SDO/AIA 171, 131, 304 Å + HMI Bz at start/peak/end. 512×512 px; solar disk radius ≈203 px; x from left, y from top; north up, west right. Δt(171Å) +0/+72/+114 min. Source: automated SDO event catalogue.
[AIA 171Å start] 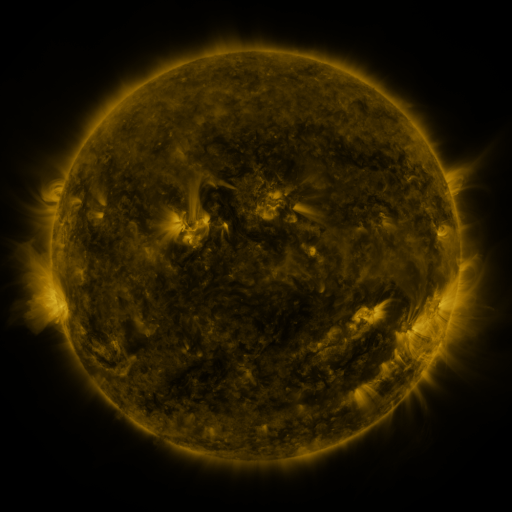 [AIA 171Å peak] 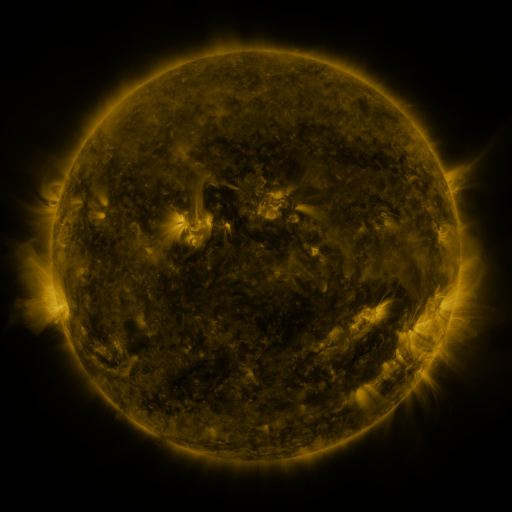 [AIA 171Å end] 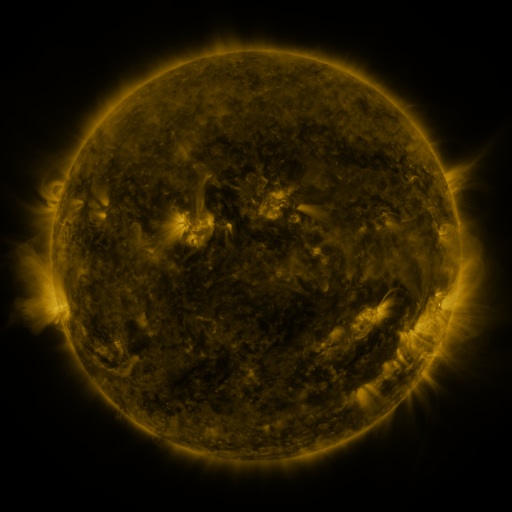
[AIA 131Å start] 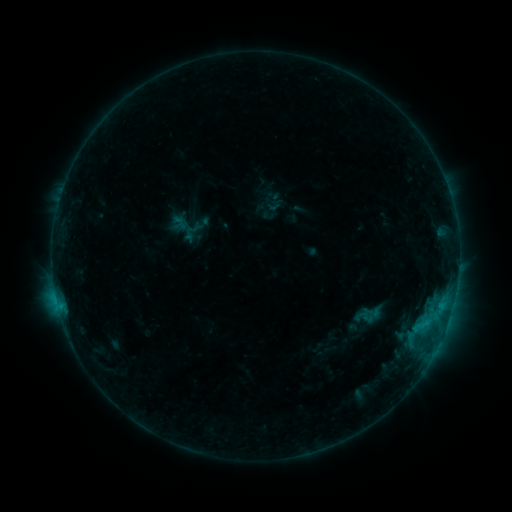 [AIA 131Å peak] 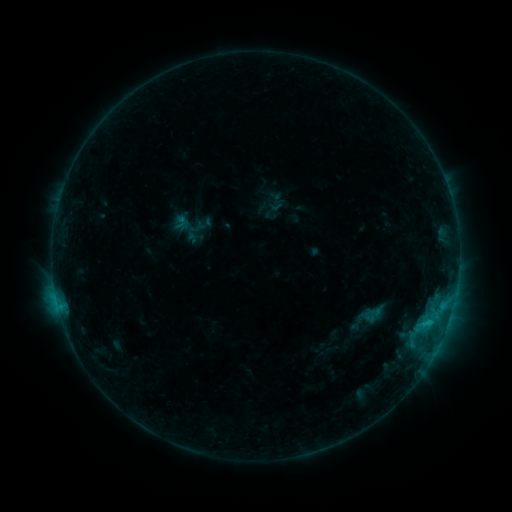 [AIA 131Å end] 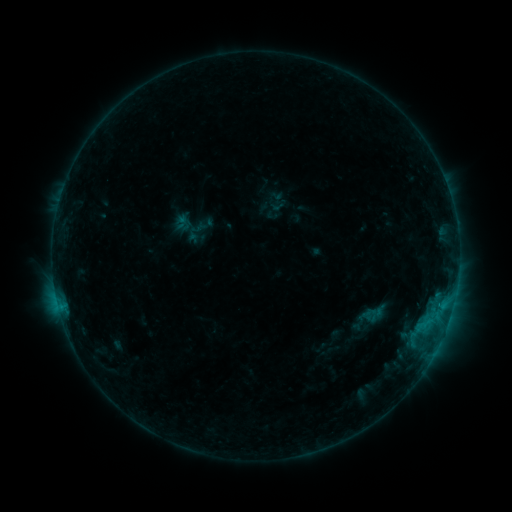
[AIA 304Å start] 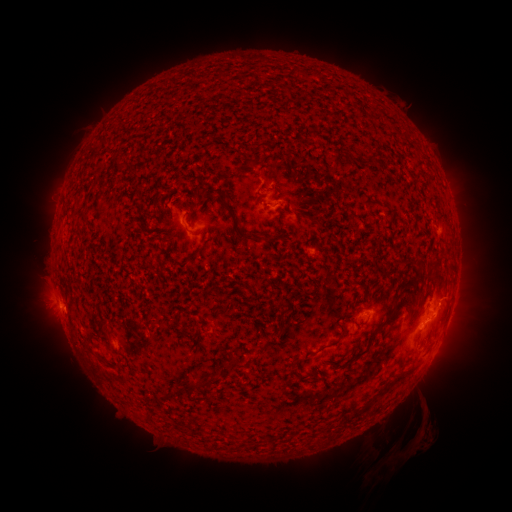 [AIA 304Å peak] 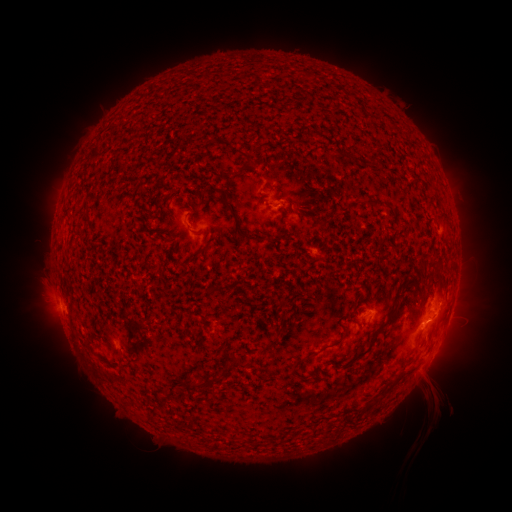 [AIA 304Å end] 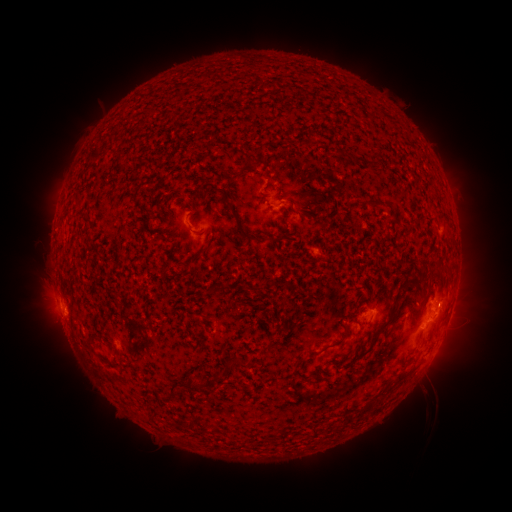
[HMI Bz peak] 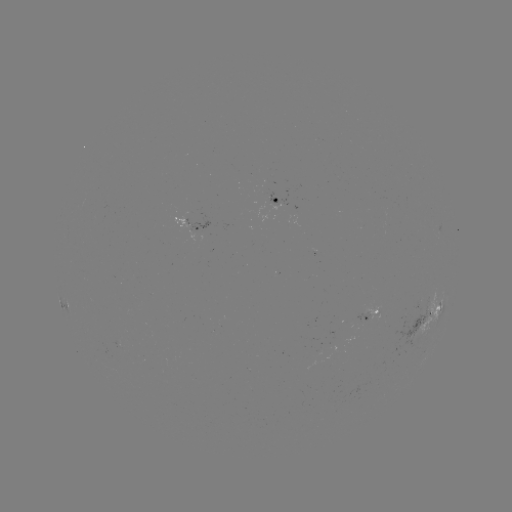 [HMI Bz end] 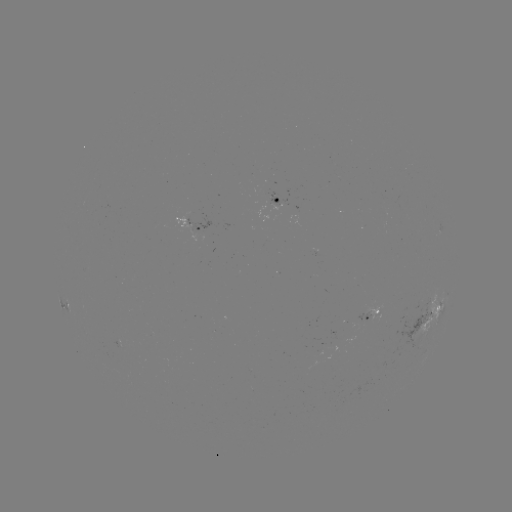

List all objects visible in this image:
emerging-flux region: (376, 313)
